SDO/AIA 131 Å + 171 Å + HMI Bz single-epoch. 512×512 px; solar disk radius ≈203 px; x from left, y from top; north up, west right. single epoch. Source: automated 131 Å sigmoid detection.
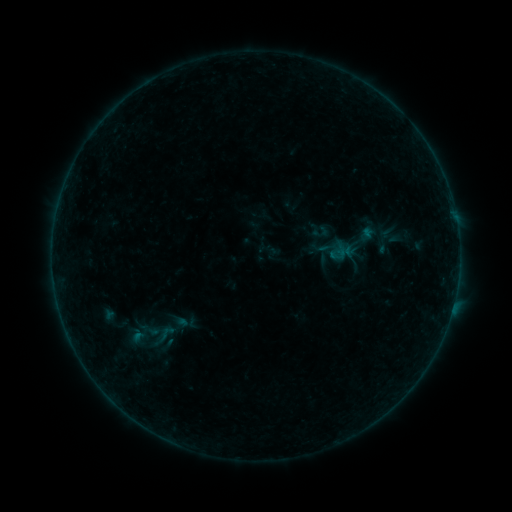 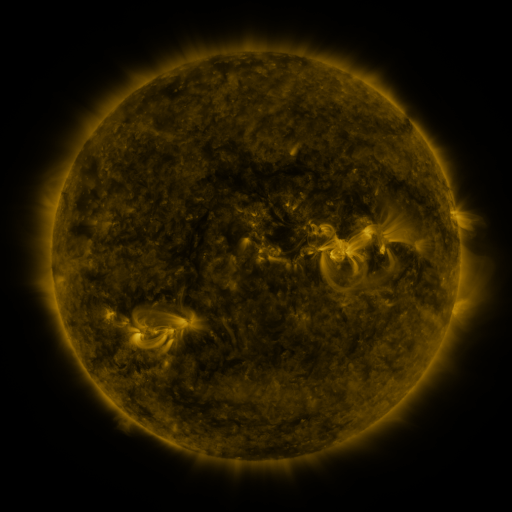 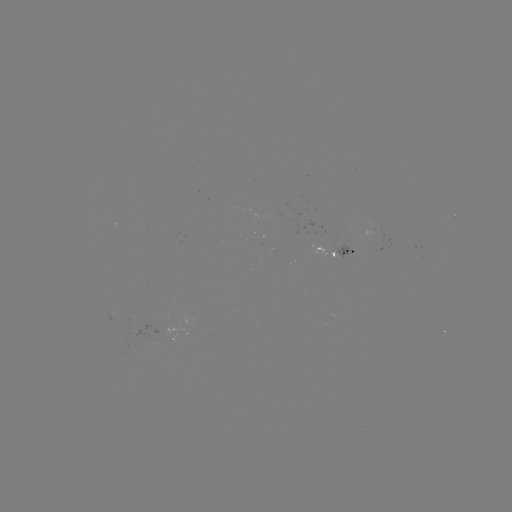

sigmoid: (152, 321, 181, 345)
